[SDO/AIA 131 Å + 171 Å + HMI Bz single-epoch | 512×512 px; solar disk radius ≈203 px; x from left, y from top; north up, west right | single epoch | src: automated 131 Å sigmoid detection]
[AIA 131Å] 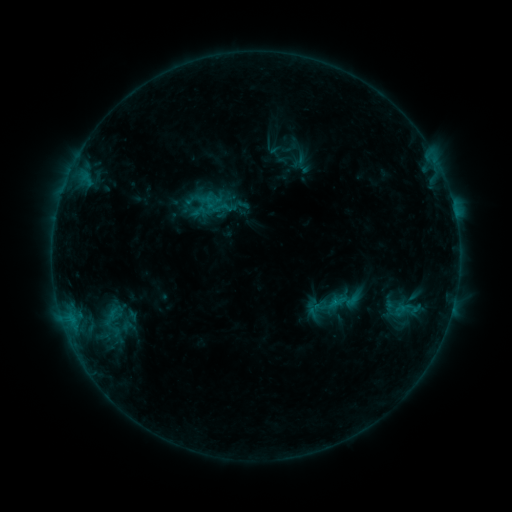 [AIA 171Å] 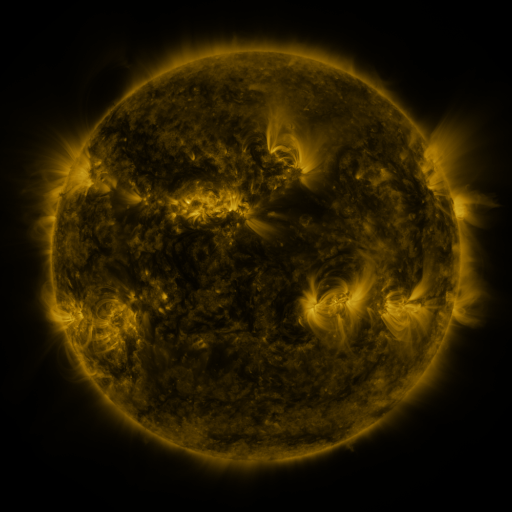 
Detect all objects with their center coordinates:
sigmoid: <bbox>202, 191, 226, 214</bbox>
sigmoid: <bbox>84, 301, 141, 339</bbox>
